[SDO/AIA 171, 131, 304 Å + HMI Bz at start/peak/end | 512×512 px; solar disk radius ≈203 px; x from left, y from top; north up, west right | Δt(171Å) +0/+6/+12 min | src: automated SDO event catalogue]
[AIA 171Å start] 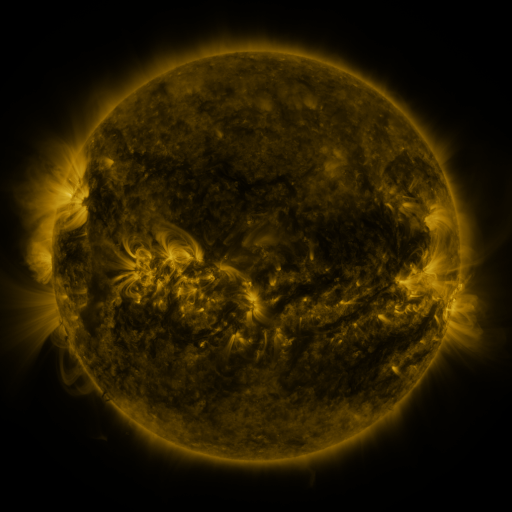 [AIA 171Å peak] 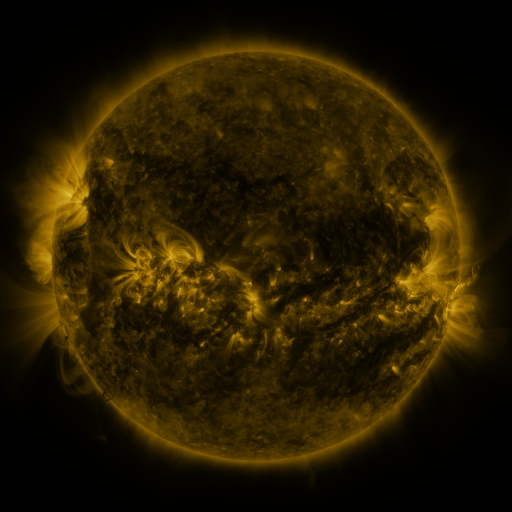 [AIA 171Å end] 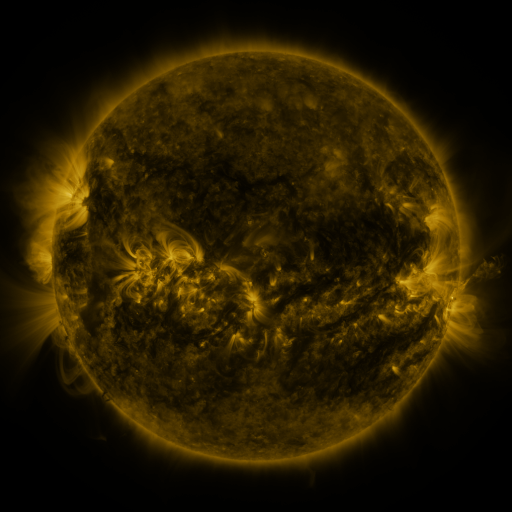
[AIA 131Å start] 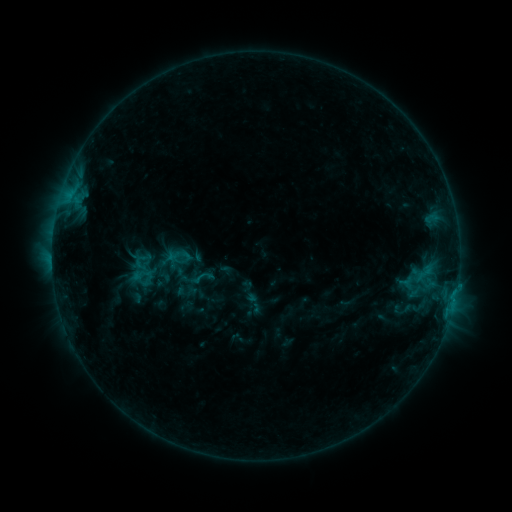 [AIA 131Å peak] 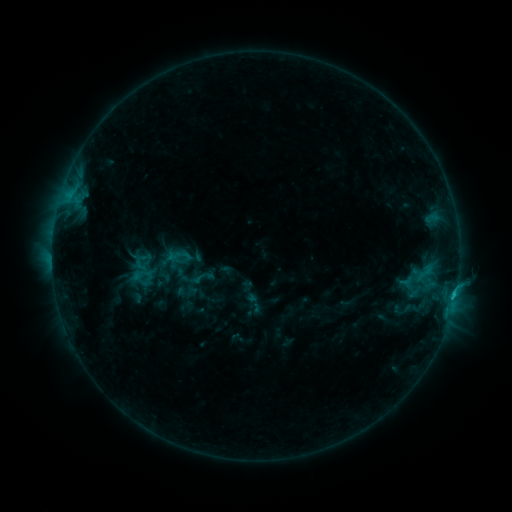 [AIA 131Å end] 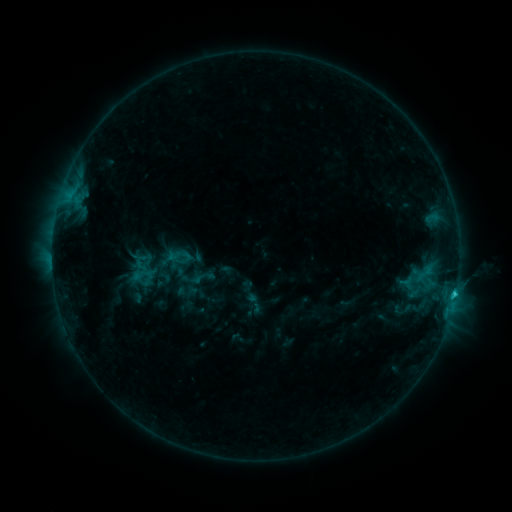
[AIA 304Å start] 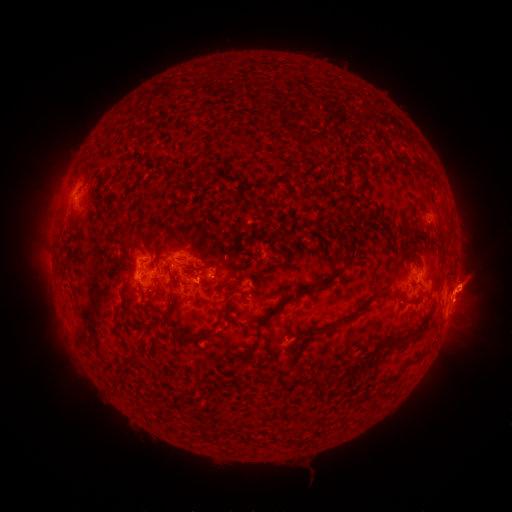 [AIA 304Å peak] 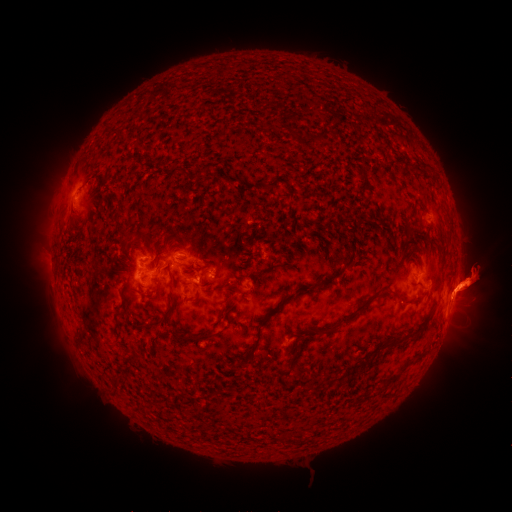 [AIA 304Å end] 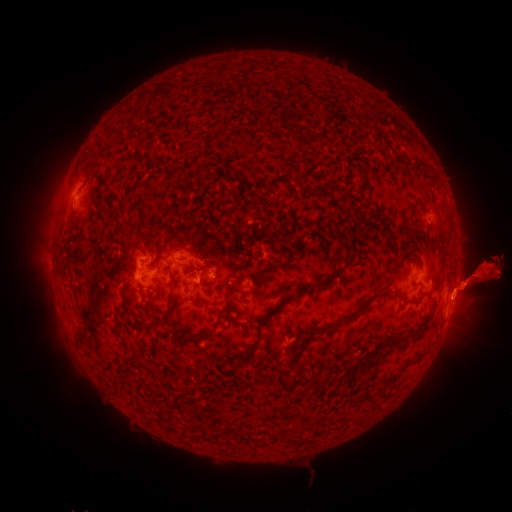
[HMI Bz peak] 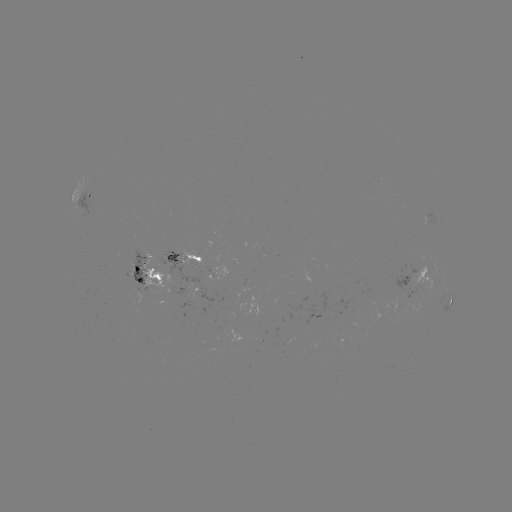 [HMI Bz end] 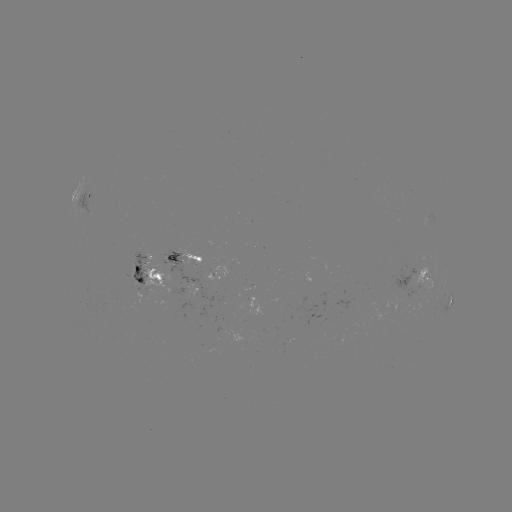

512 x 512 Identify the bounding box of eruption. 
[446, 181, 495, 207].